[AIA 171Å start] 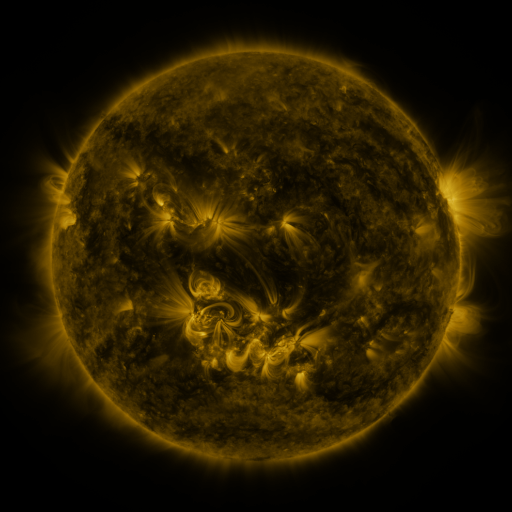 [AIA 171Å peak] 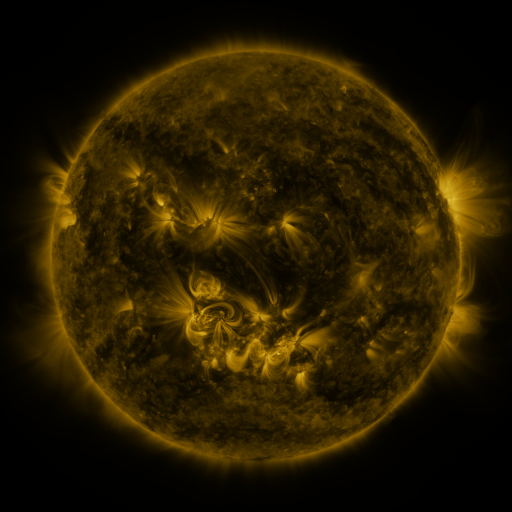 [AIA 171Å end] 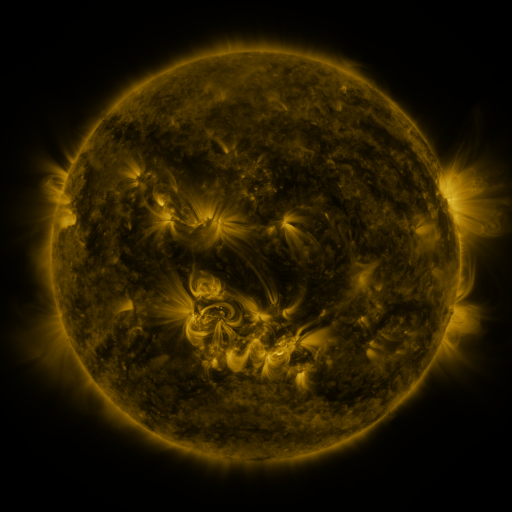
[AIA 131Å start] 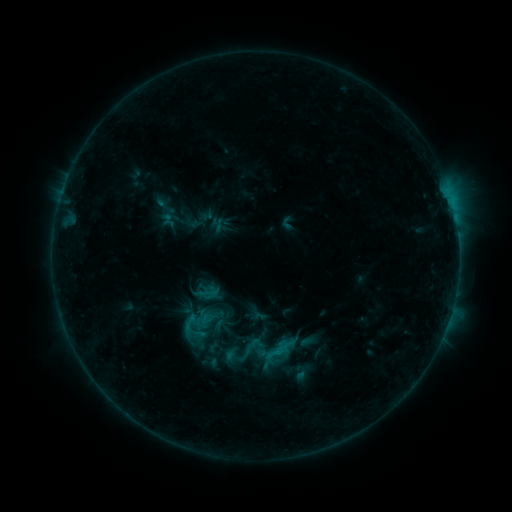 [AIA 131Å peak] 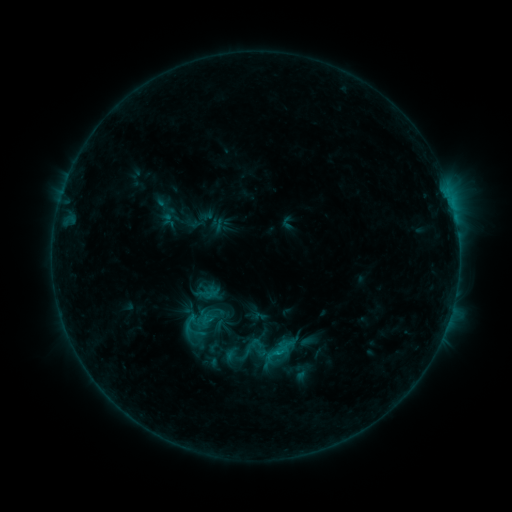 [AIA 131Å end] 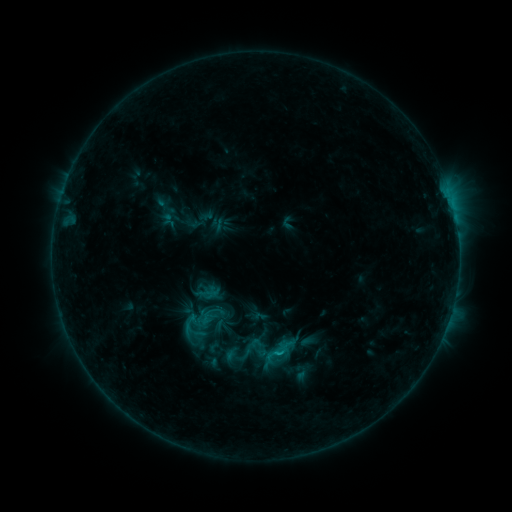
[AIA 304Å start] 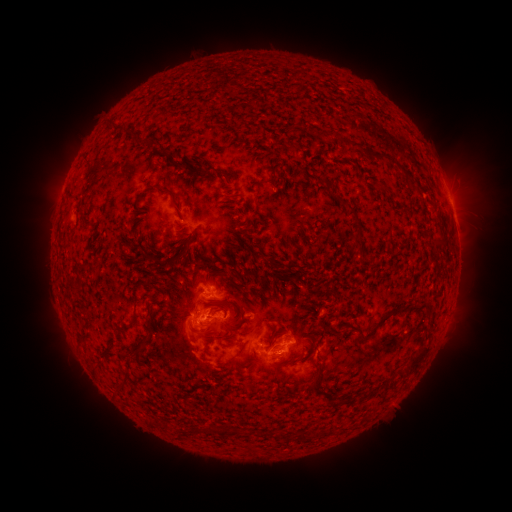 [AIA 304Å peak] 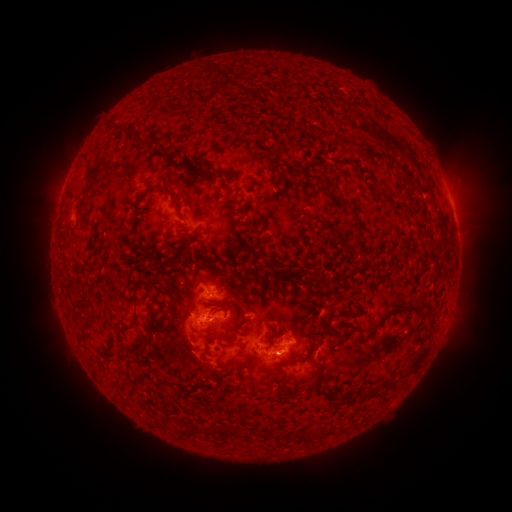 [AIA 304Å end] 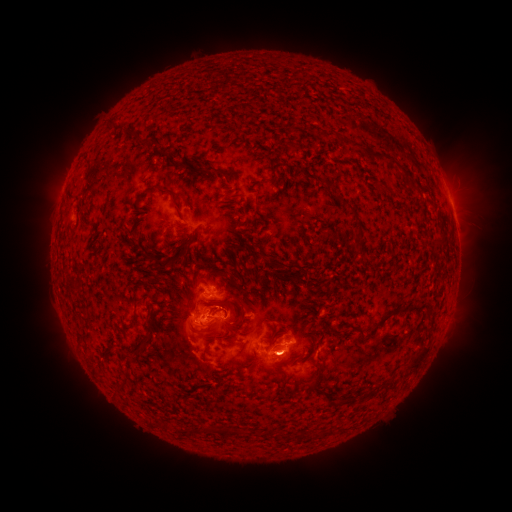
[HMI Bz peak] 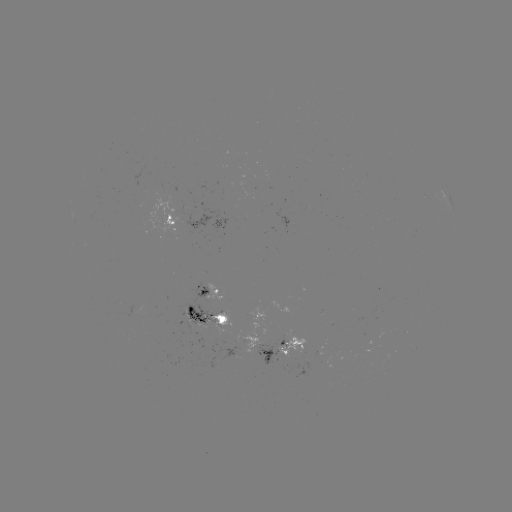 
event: flare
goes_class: C1.8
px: (278, 351)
